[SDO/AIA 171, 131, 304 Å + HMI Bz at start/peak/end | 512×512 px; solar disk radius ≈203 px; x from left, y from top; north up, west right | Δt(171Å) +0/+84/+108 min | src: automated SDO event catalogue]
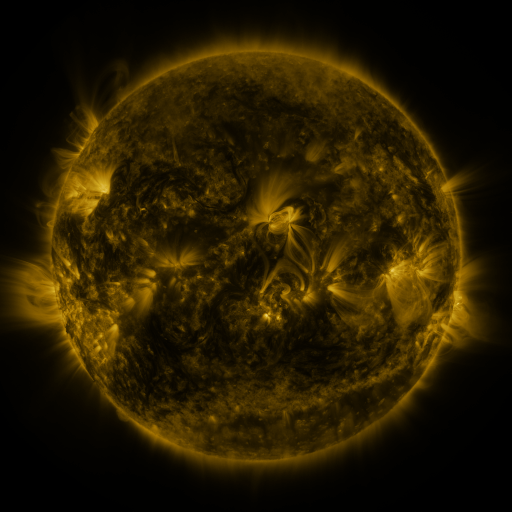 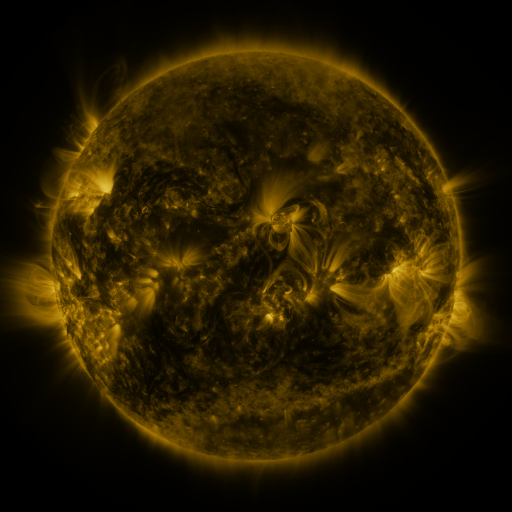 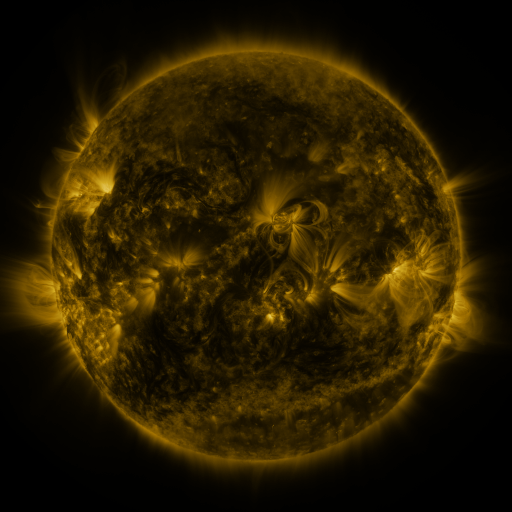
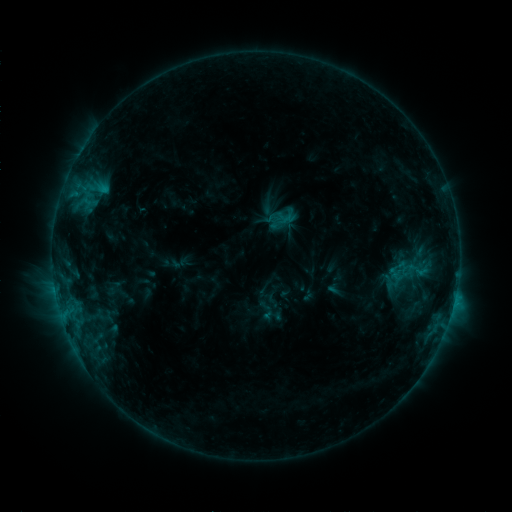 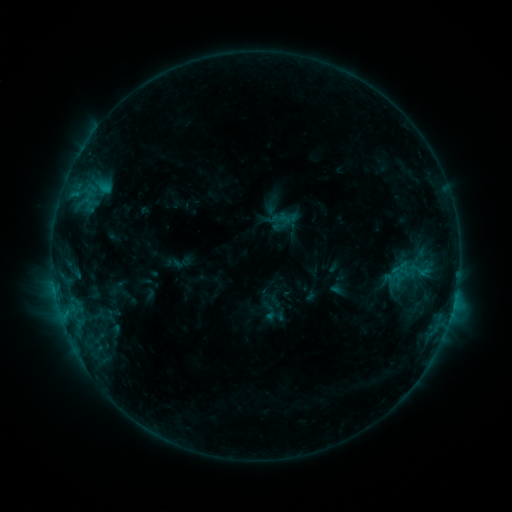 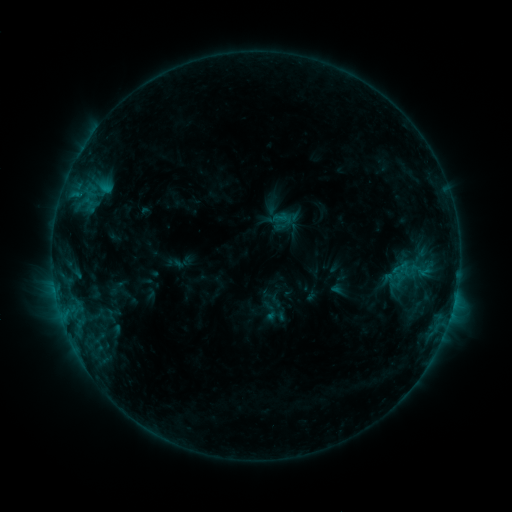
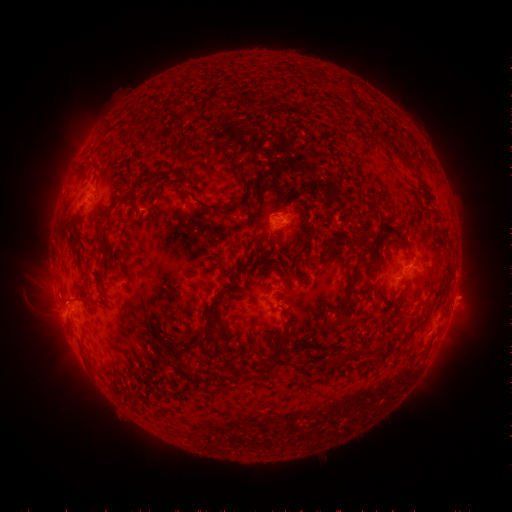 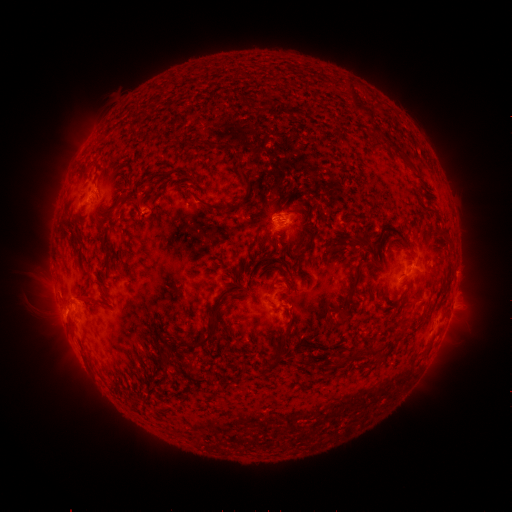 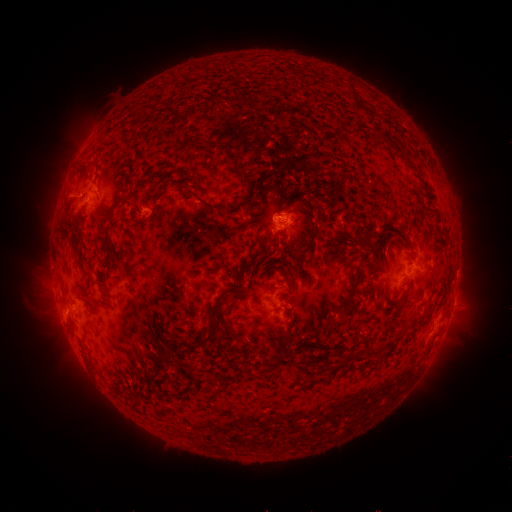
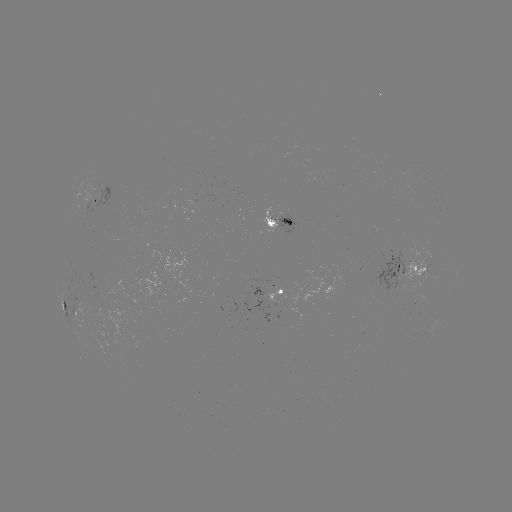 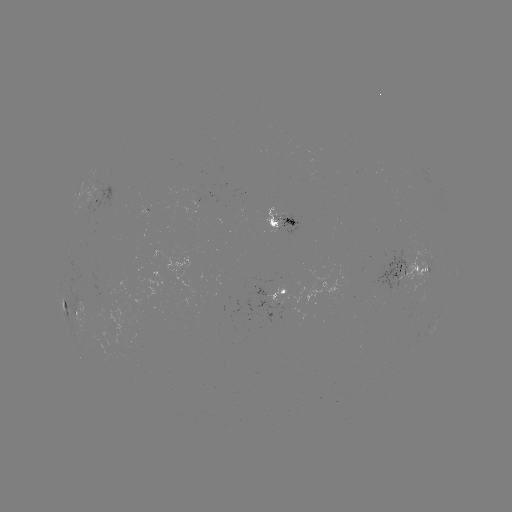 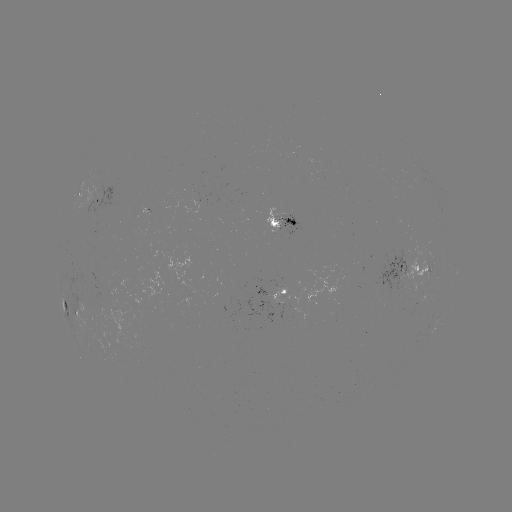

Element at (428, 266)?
emerging-flux region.